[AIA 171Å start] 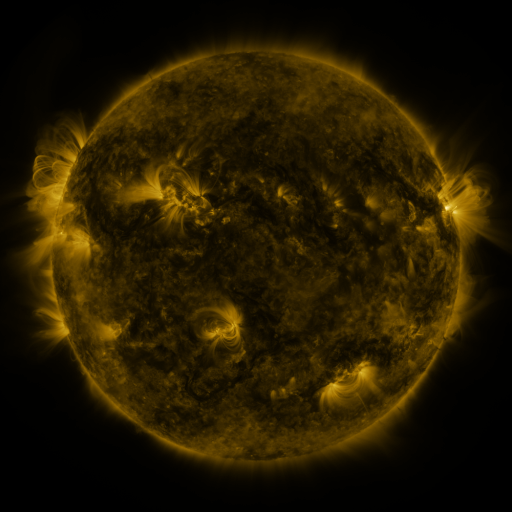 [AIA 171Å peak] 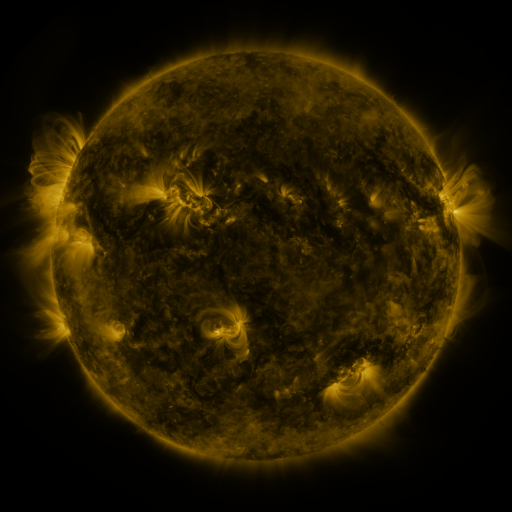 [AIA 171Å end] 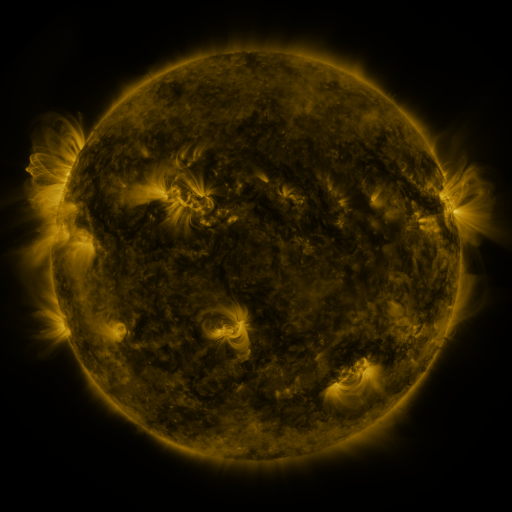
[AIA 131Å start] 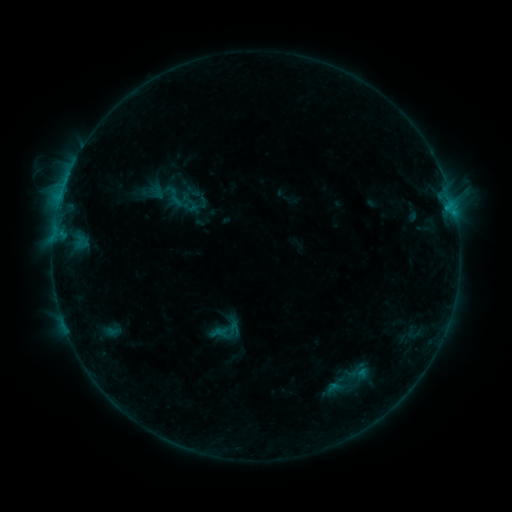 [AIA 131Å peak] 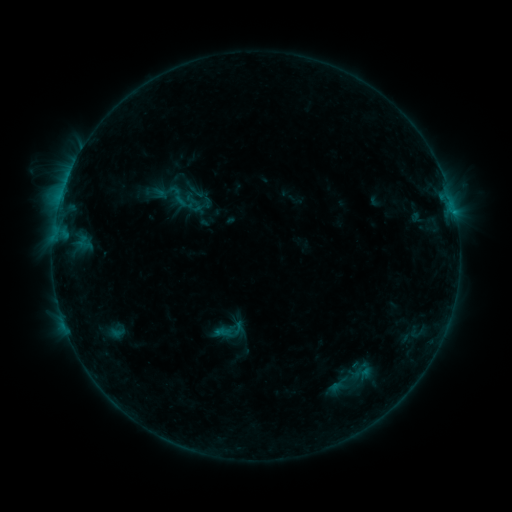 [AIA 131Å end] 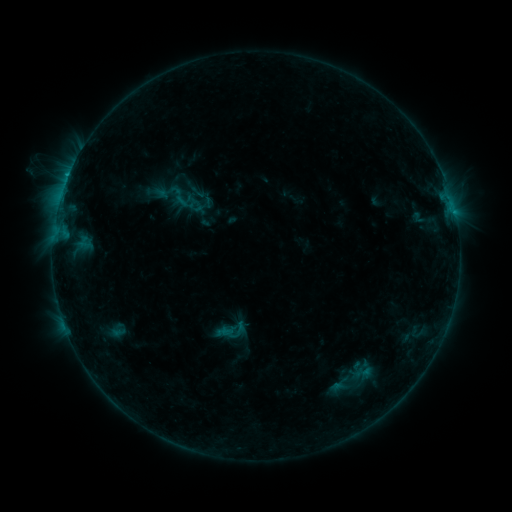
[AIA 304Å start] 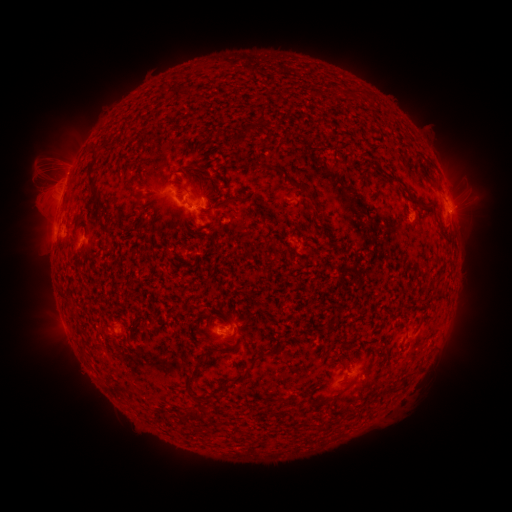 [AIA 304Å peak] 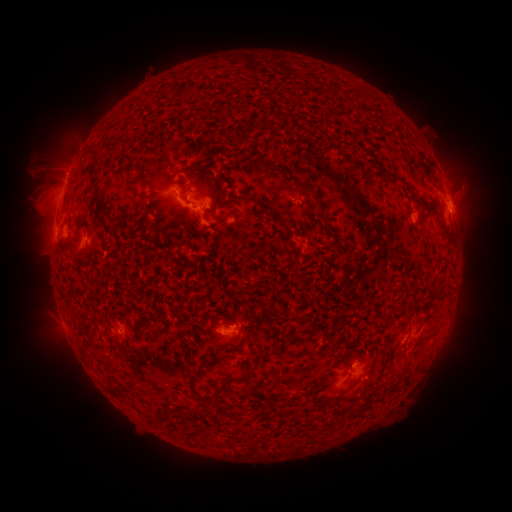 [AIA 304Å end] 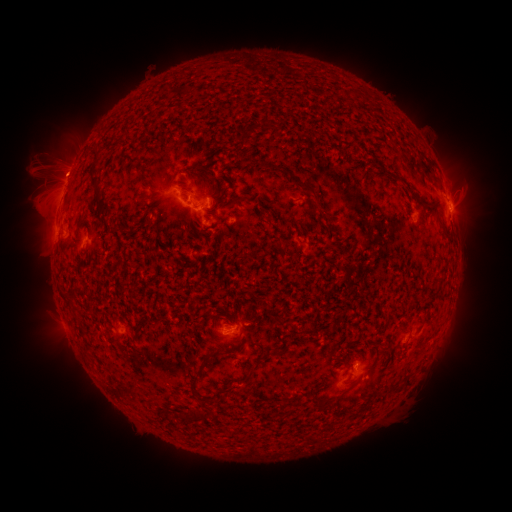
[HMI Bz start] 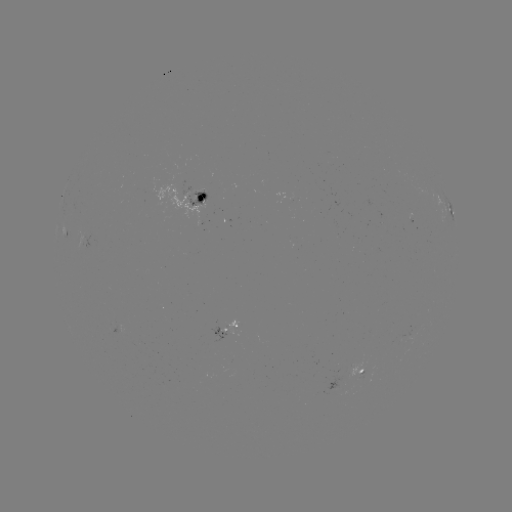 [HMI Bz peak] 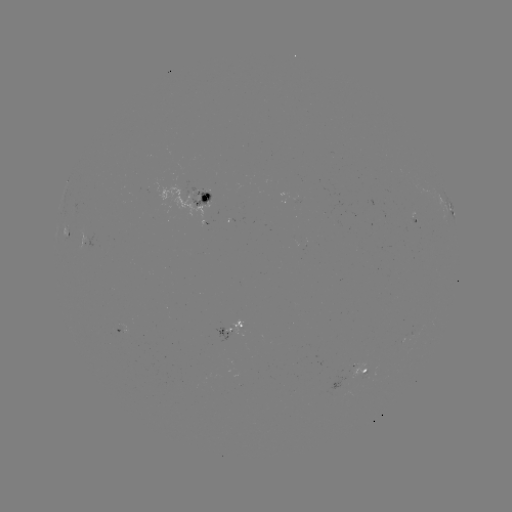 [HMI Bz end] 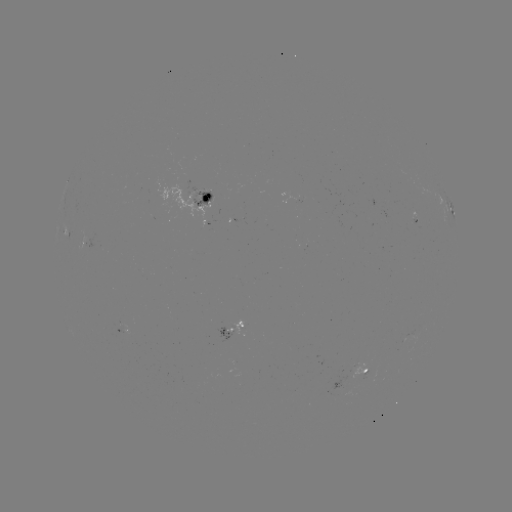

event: emerging-flux region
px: (358, 366)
